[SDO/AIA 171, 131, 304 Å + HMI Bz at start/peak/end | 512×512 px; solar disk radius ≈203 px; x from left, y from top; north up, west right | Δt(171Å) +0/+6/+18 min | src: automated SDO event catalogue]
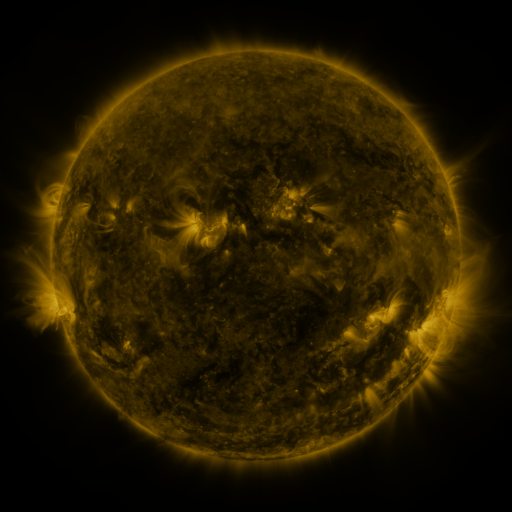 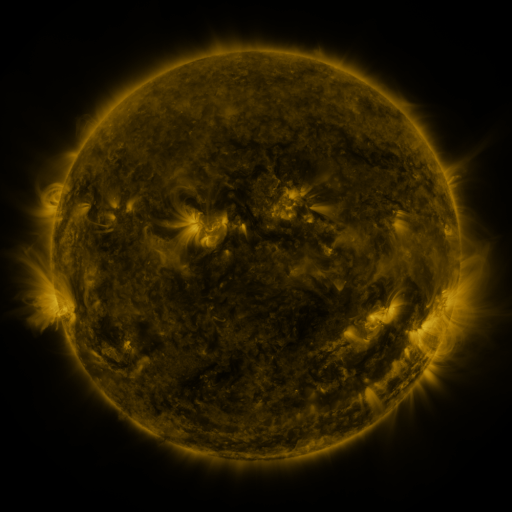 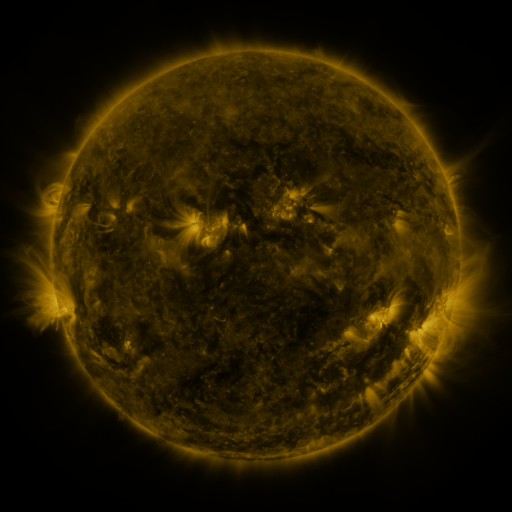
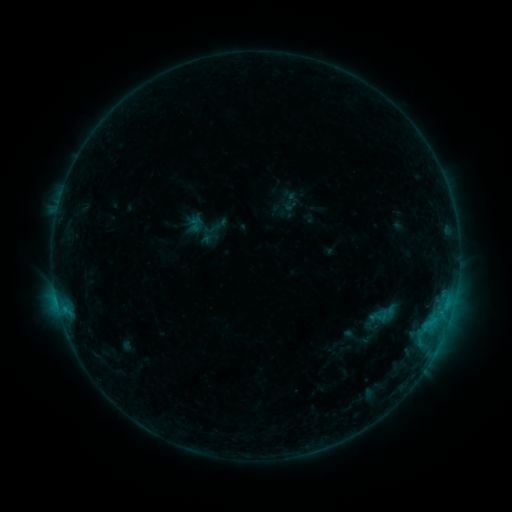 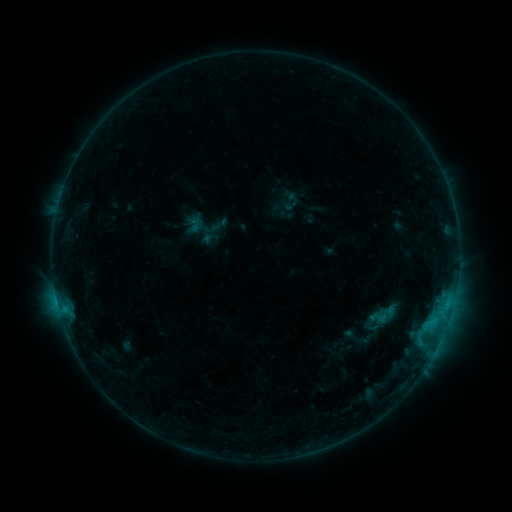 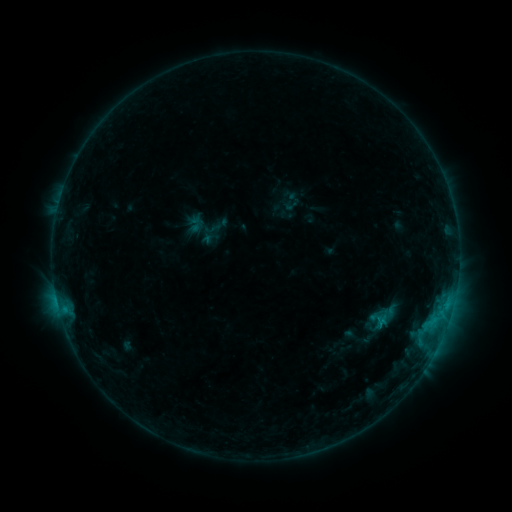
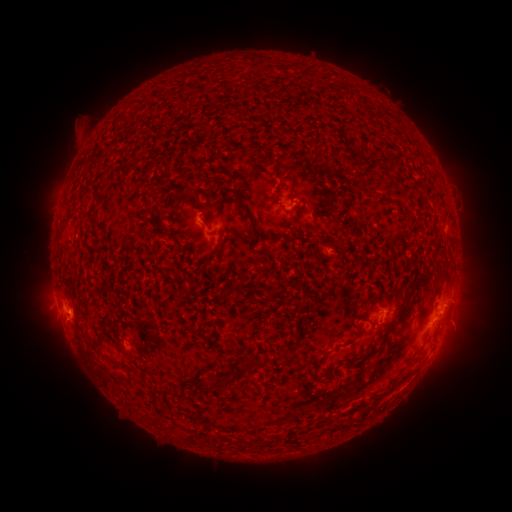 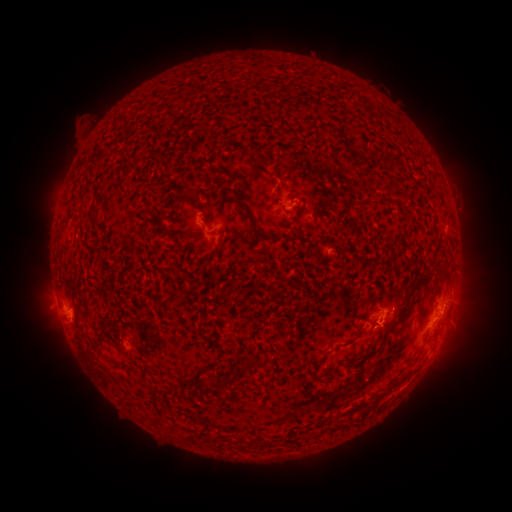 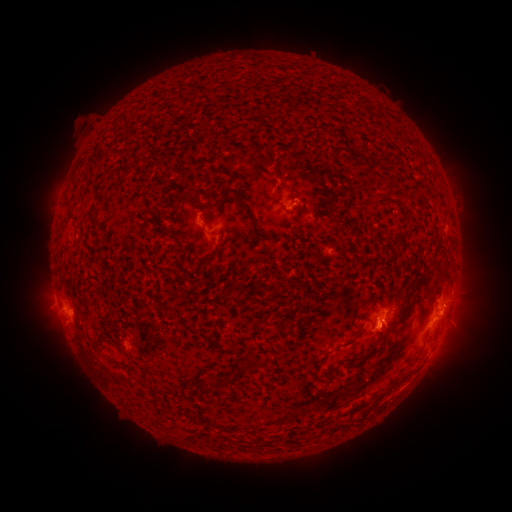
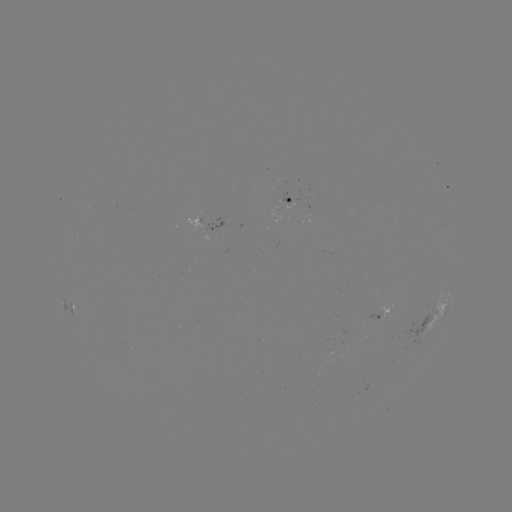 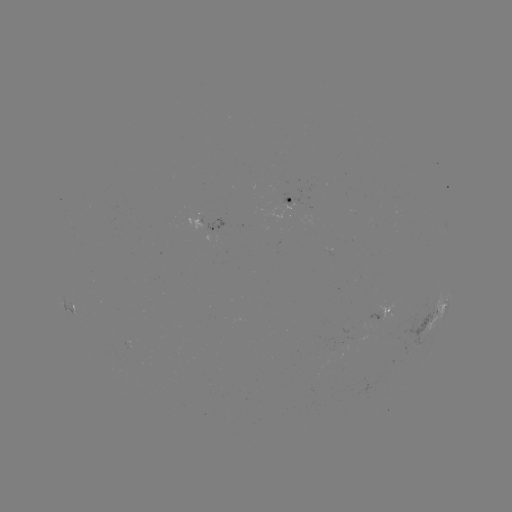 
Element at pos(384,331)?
eruption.